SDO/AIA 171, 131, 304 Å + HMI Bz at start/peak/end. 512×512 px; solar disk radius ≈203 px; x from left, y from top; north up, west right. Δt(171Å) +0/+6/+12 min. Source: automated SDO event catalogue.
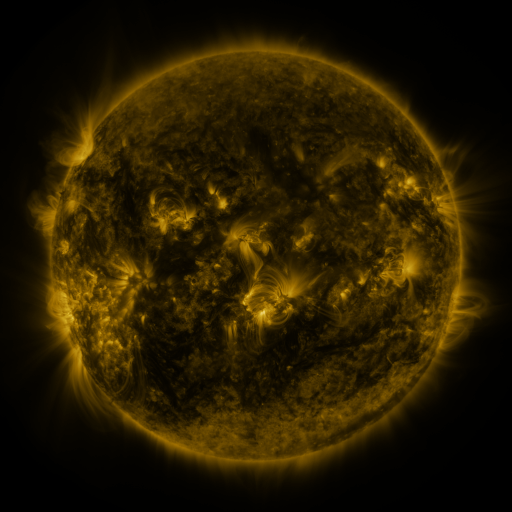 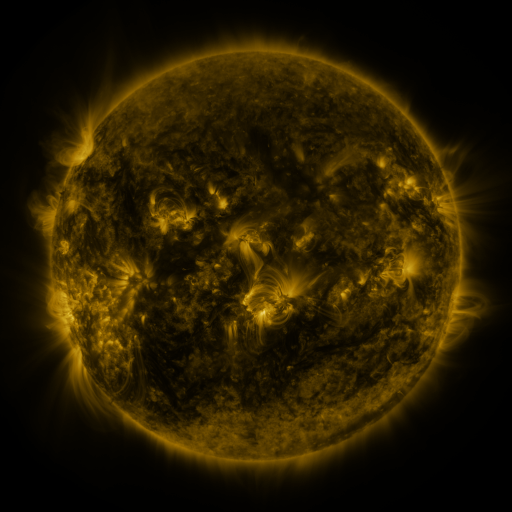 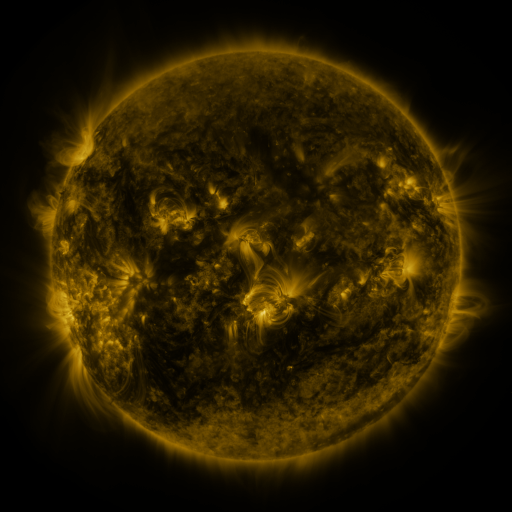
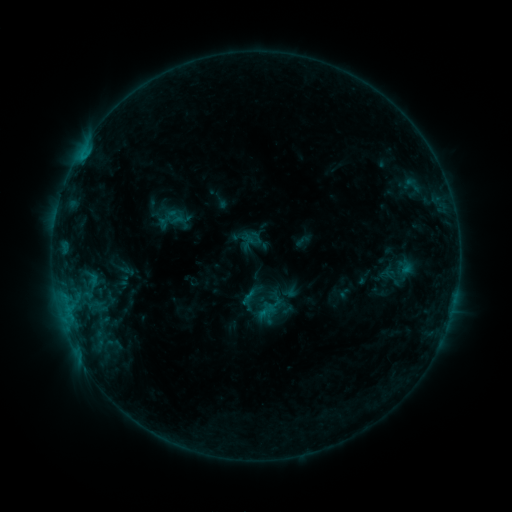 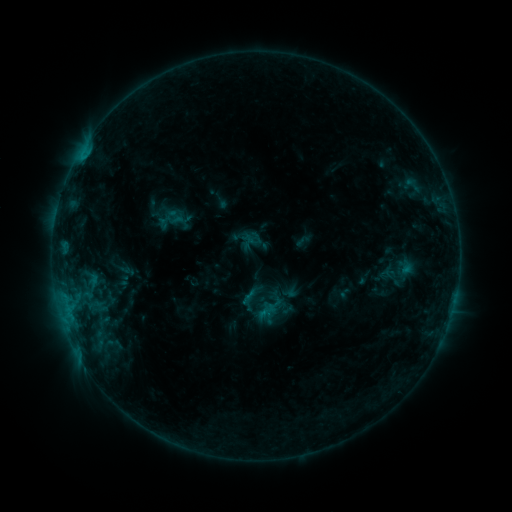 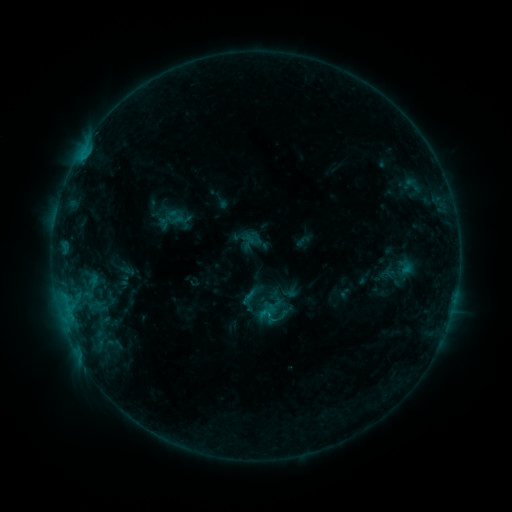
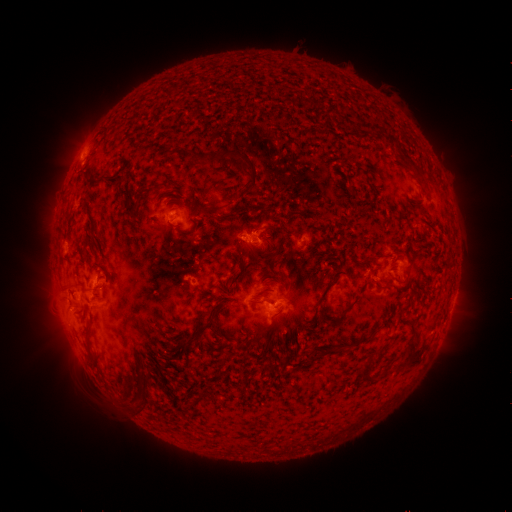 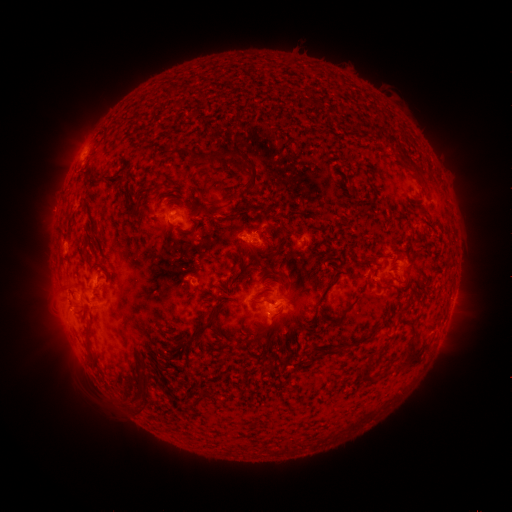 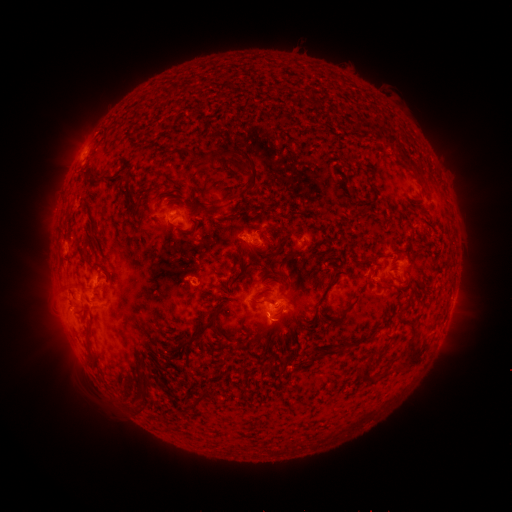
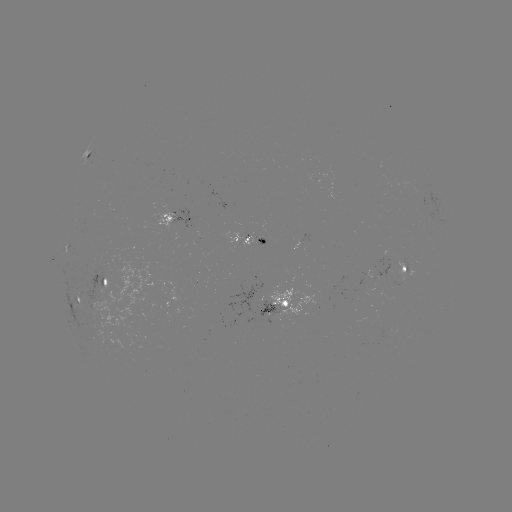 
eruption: <bbox>246, 303, 294, 349</bbox>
